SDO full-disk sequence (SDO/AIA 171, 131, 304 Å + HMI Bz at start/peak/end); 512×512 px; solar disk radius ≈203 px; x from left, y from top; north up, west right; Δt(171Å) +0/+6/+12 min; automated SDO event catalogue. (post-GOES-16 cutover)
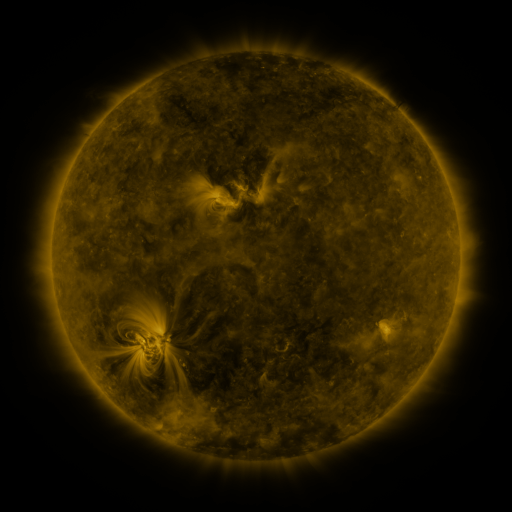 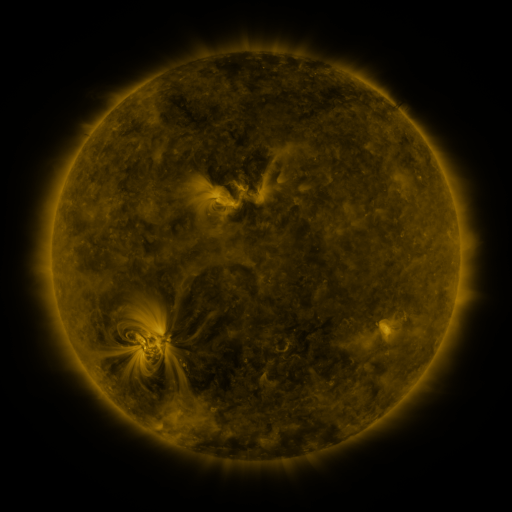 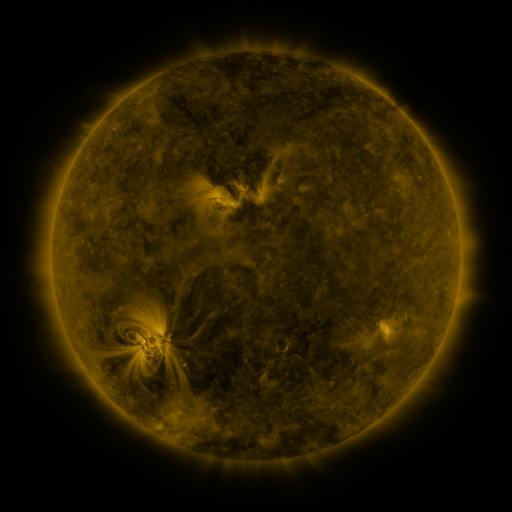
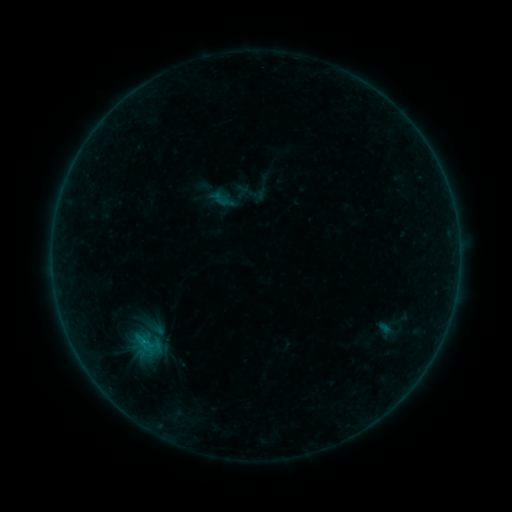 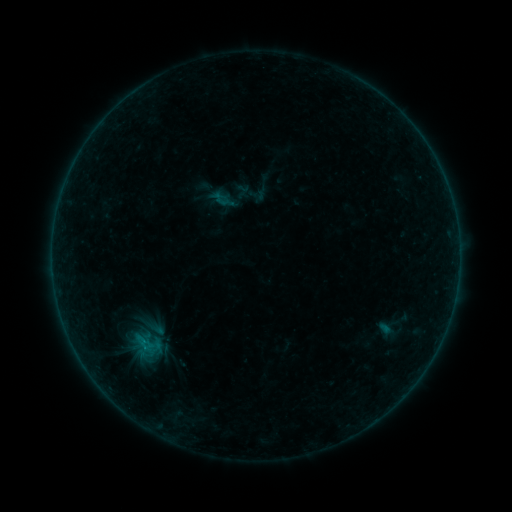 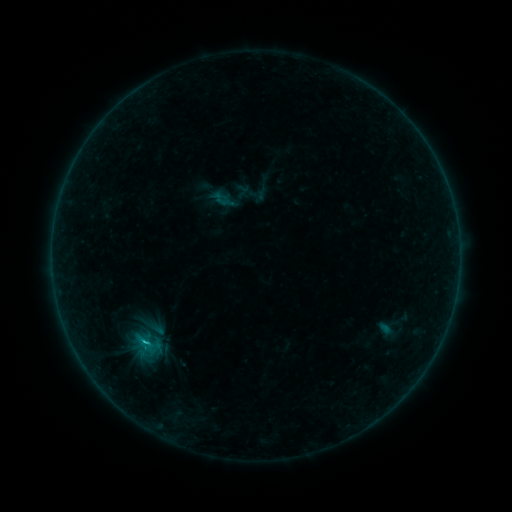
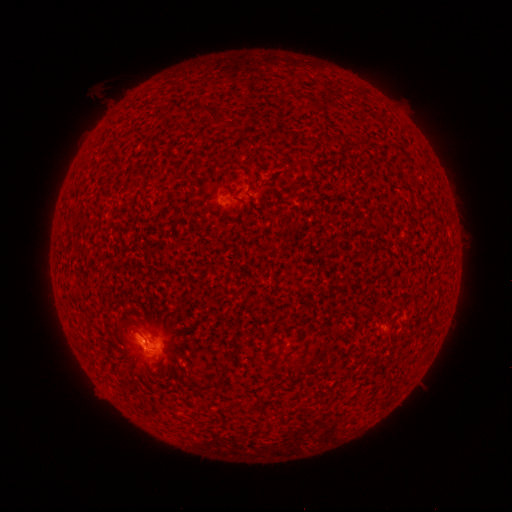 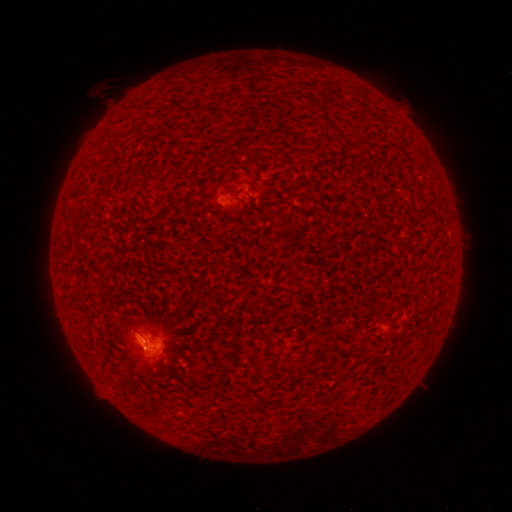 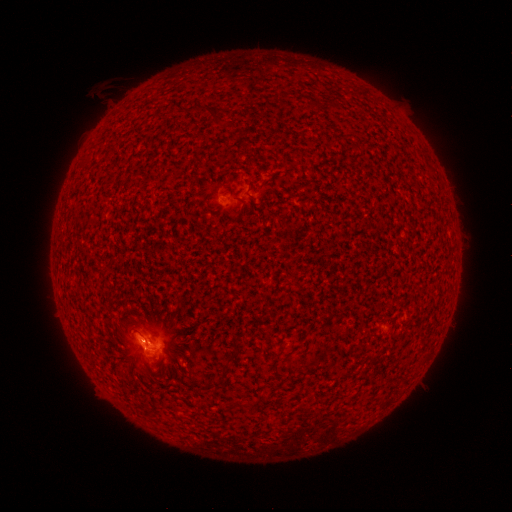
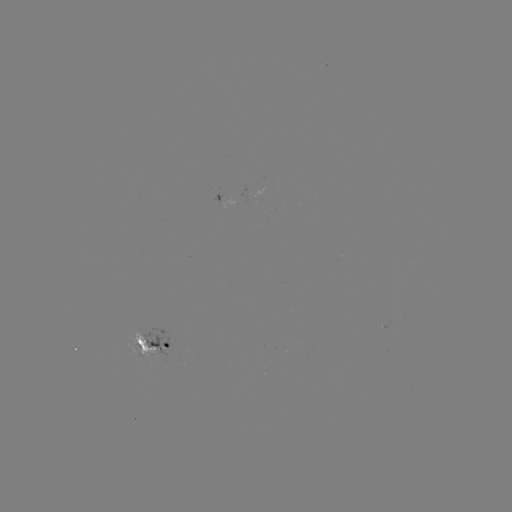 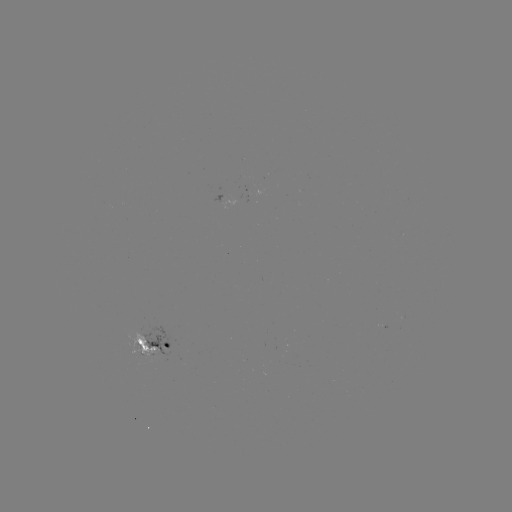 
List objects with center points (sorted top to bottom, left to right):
C1.1 flare: (144, 338)
